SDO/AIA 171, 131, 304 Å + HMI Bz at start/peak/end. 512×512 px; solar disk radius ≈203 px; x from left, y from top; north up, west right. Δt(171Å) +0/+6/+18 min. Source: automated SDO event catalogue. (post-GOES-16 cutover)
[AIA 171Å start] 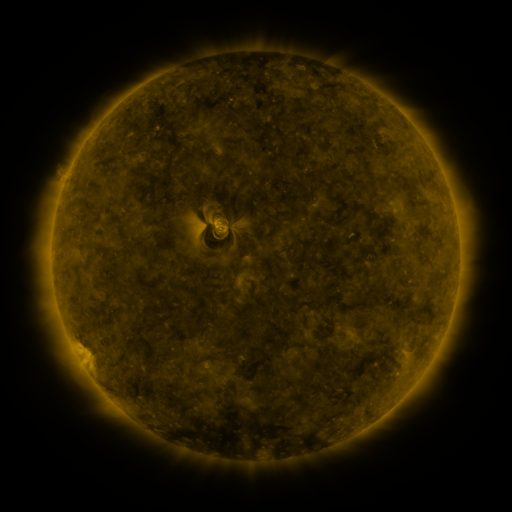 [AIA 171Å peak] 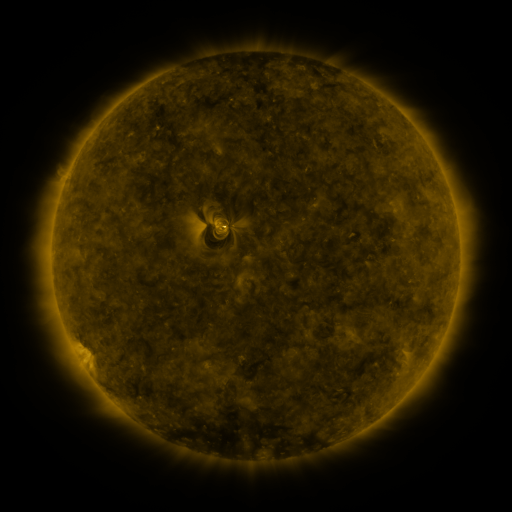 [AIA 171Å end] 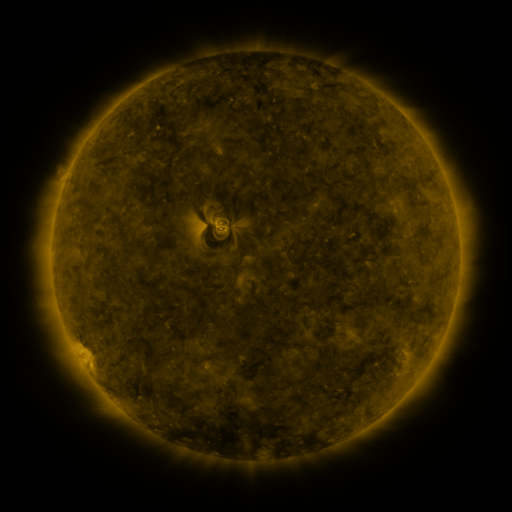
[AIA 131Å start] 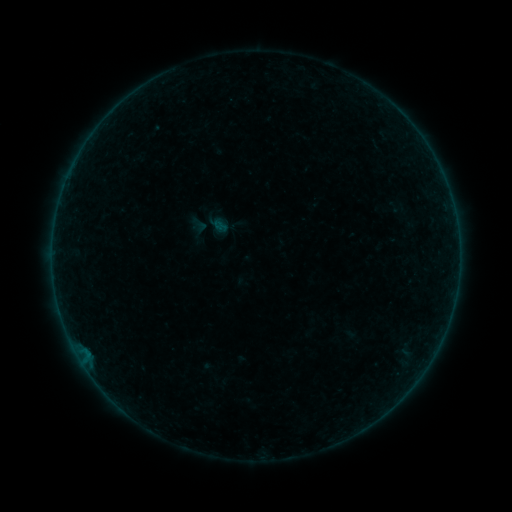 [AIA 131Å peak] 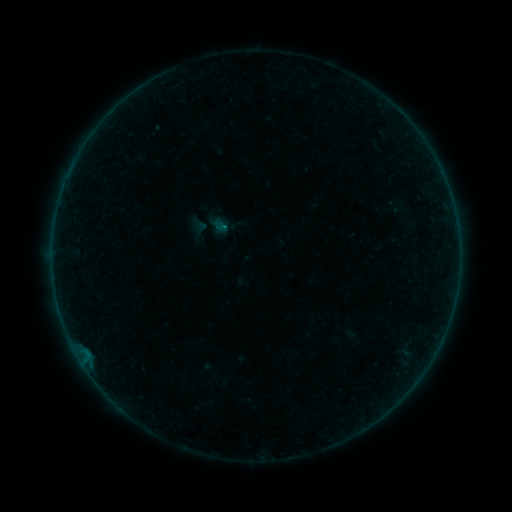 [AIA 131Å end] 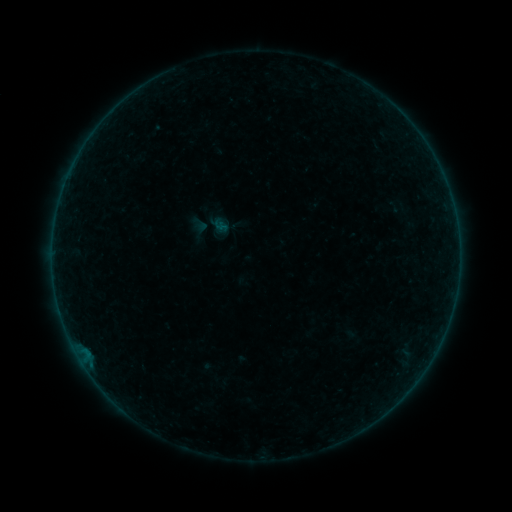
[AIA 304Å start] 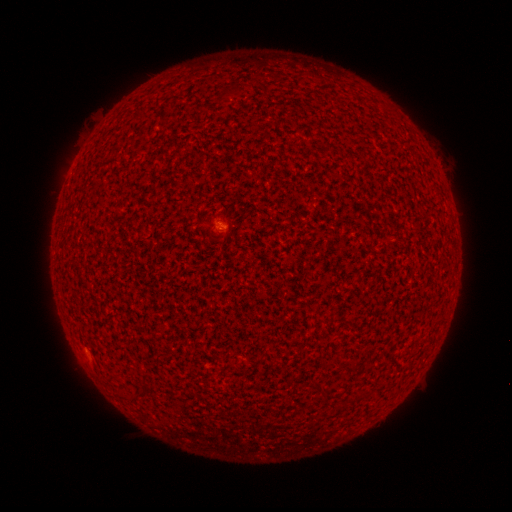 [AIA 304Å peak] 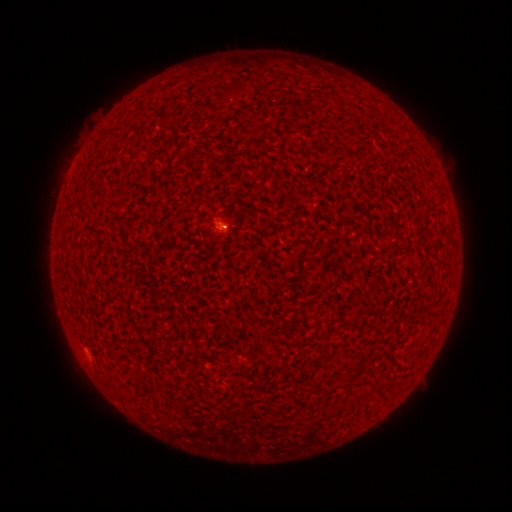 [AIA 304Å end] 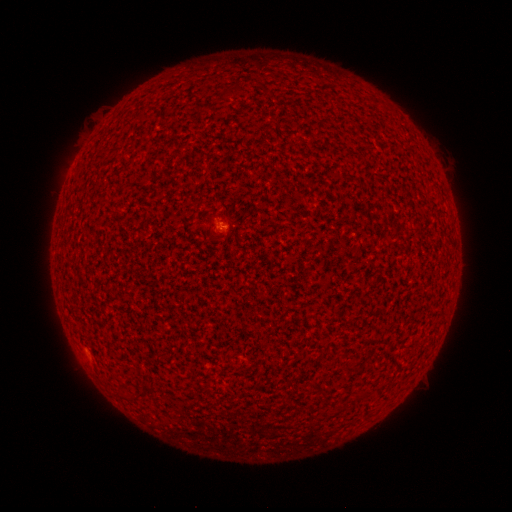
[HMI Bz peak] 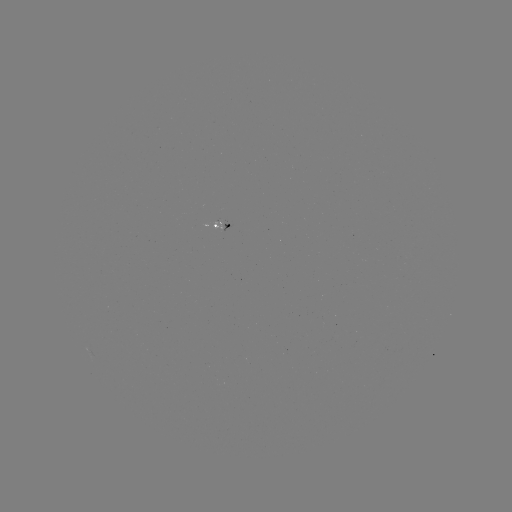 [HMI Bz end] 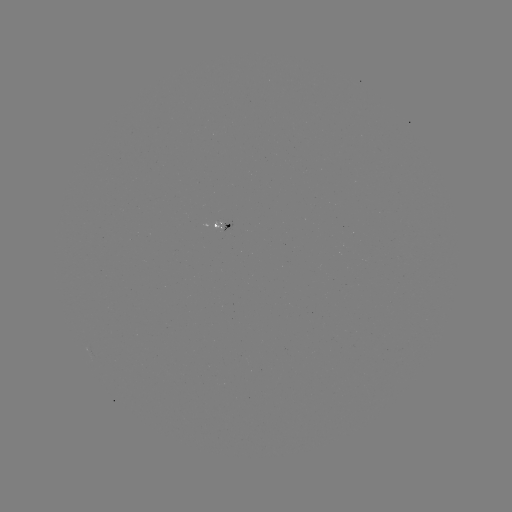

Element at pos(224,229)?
B1.1 flare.